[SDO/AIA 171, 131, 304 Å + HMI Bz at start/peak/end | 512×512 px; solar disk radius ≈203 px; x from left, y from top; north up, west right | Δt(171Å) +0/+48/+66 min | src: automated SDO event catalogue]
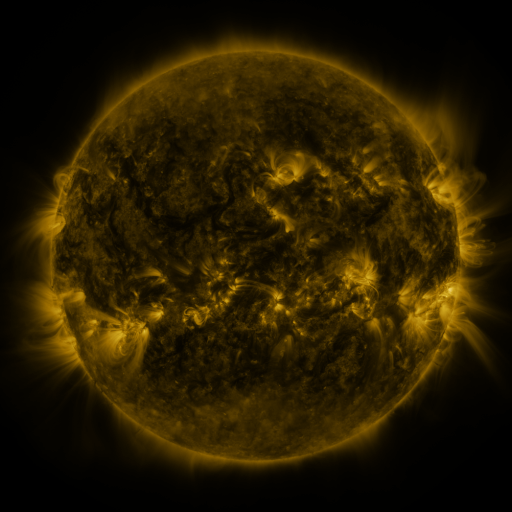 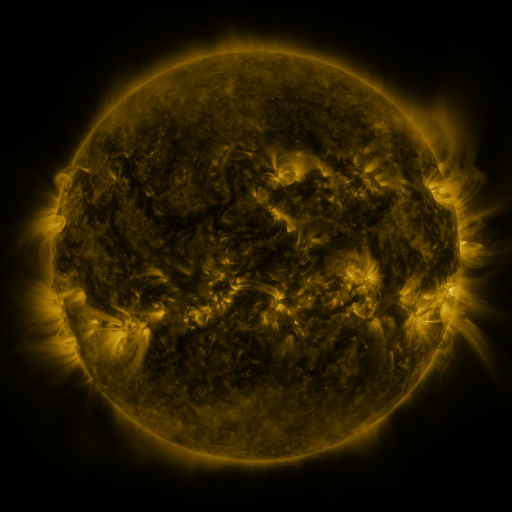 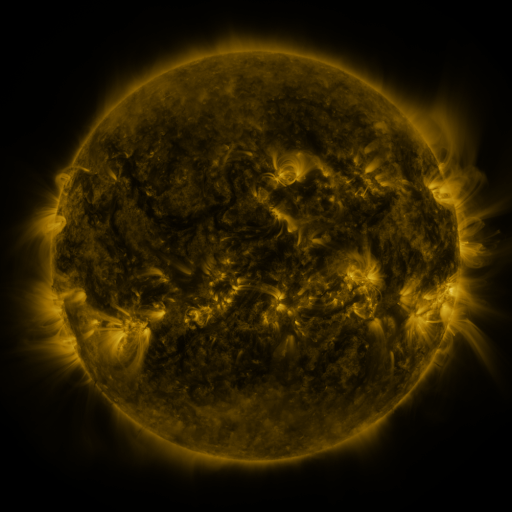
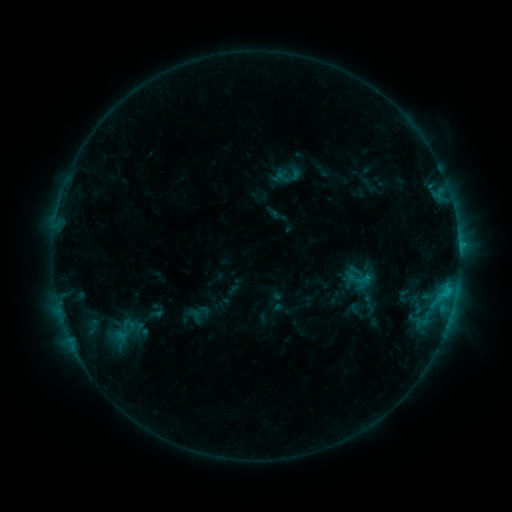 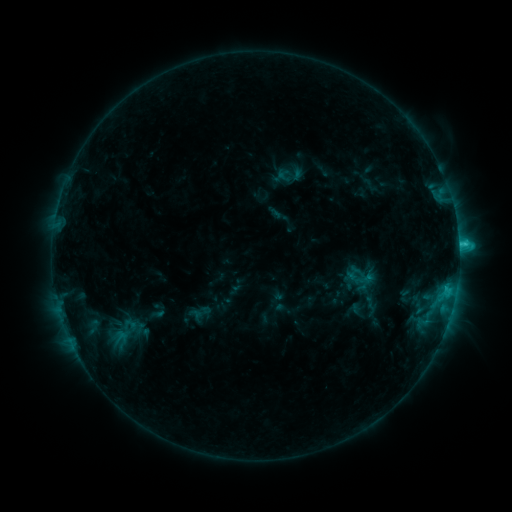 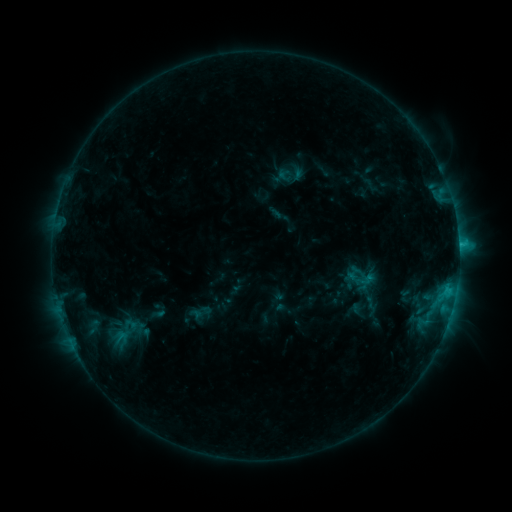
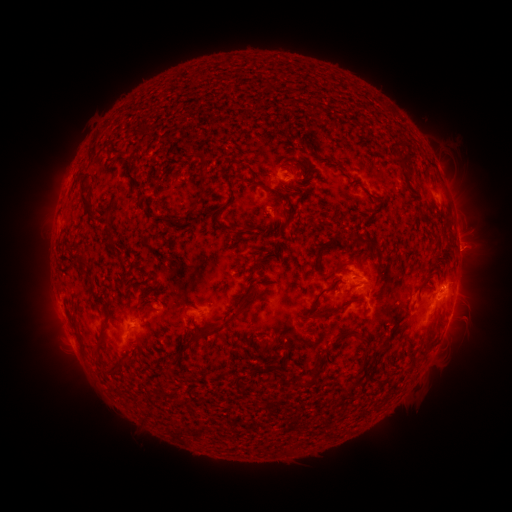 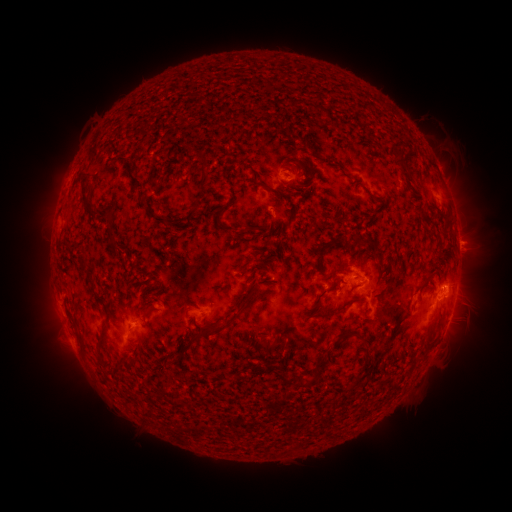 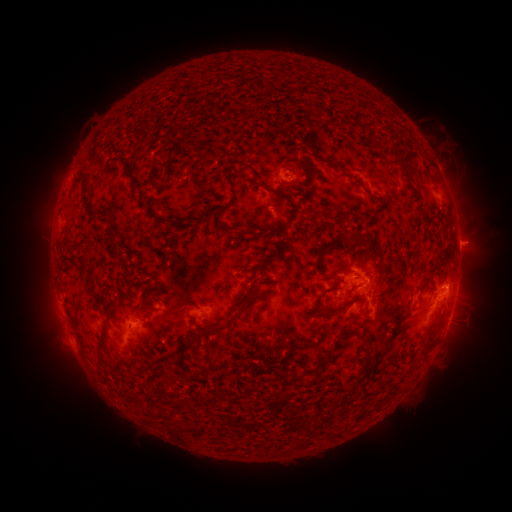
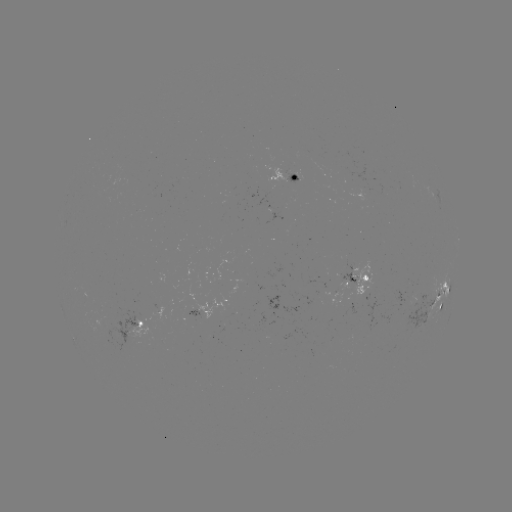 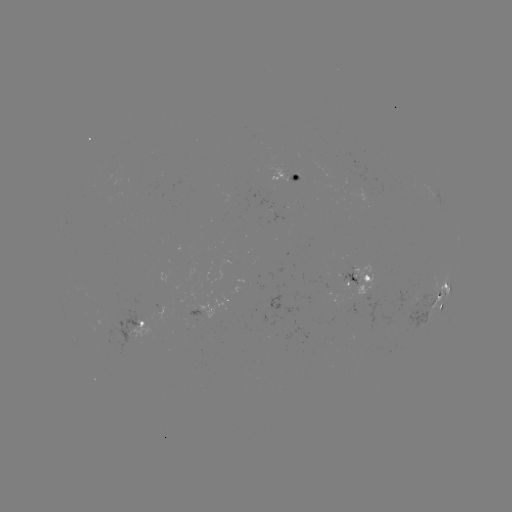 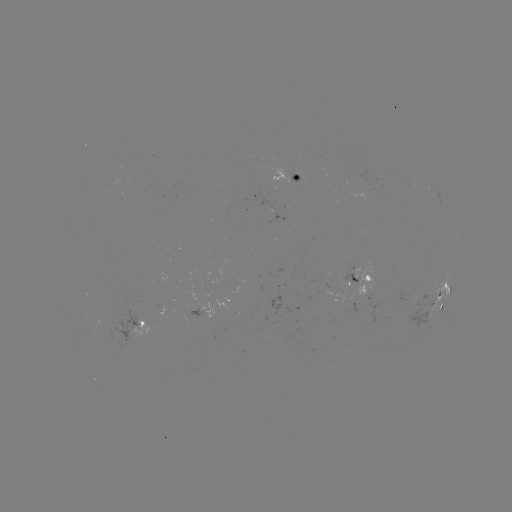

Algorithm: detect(C2.2 flare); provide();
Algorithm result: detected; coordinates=(458, 245)